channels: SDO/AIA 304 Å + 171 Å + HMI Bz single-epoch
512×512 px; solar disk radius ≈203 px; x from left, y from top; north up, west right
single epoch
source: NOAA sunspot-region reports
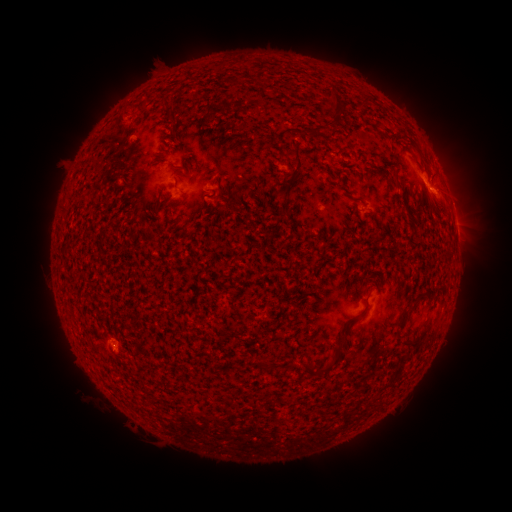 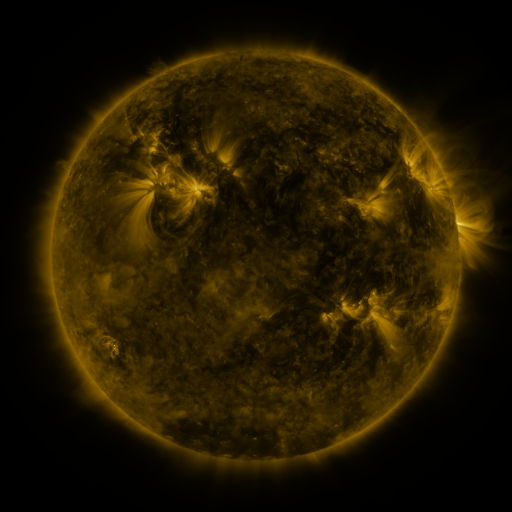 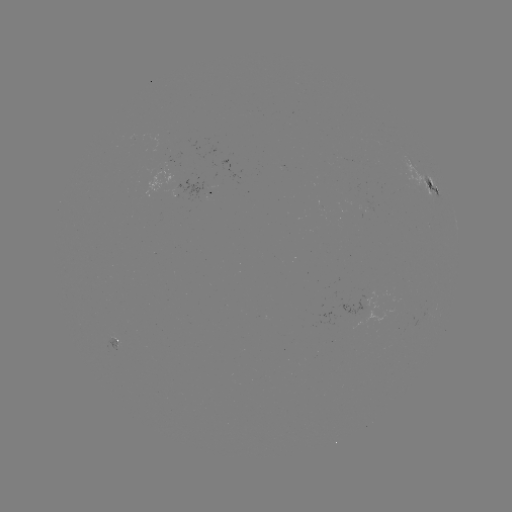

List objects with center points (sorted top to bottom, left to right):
spotted active region: (424, 184)
spotted active region: (197, 196)
spotted active region: (454, 214)
